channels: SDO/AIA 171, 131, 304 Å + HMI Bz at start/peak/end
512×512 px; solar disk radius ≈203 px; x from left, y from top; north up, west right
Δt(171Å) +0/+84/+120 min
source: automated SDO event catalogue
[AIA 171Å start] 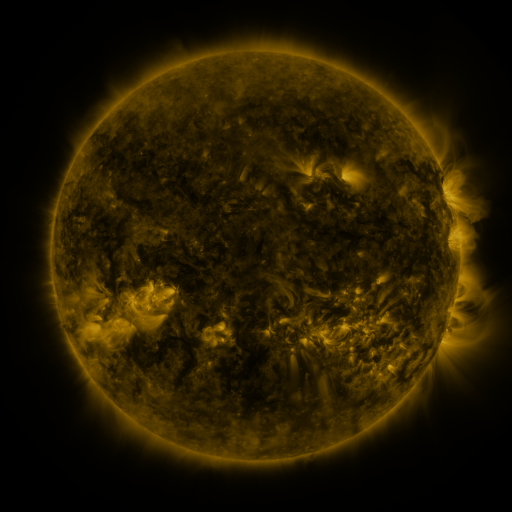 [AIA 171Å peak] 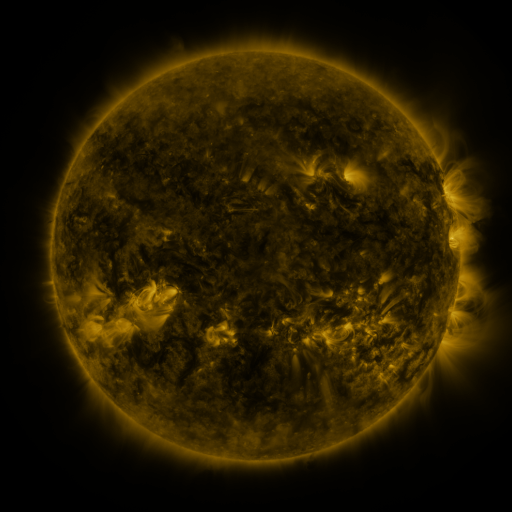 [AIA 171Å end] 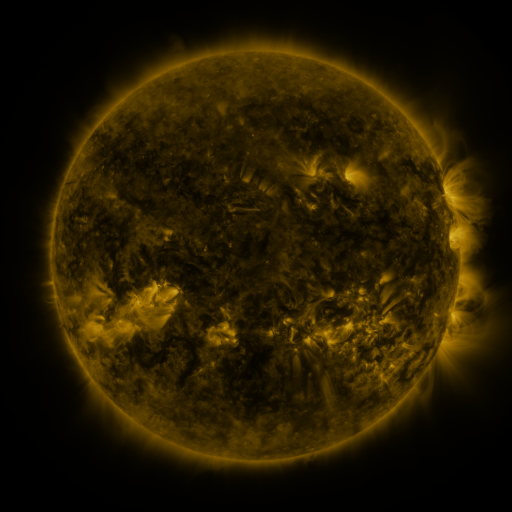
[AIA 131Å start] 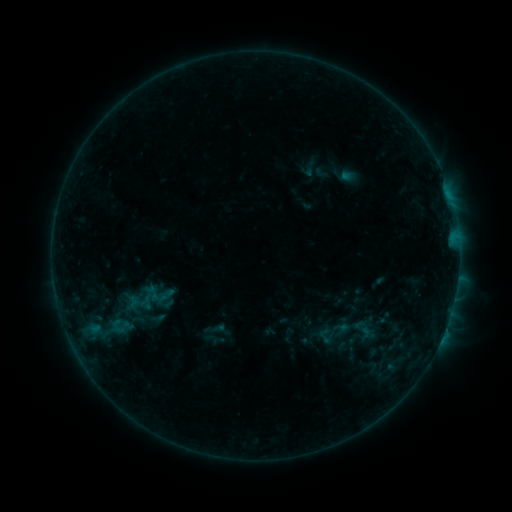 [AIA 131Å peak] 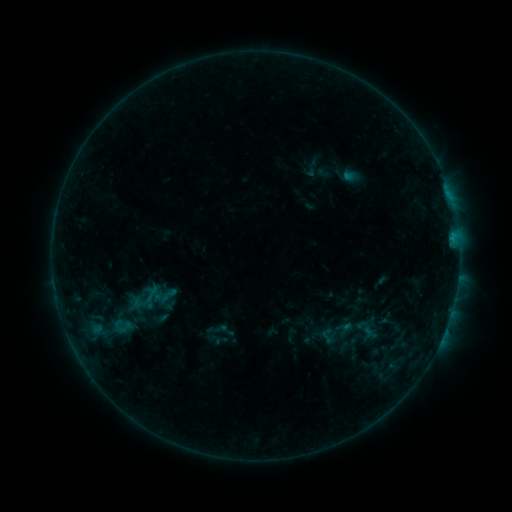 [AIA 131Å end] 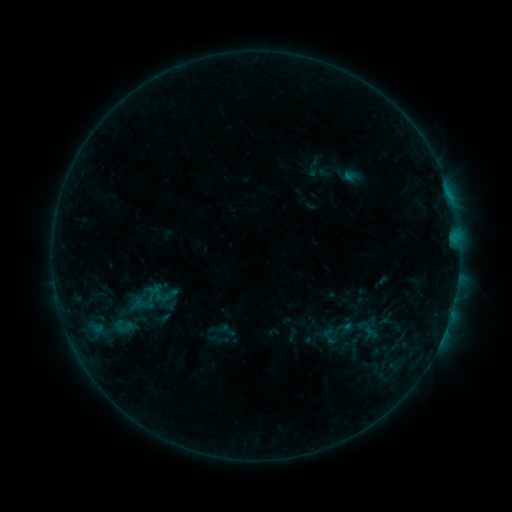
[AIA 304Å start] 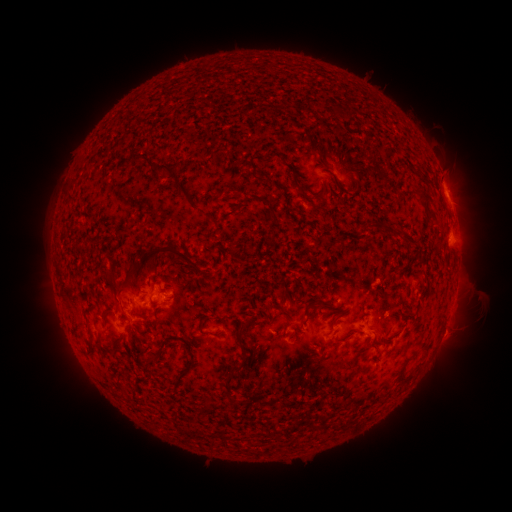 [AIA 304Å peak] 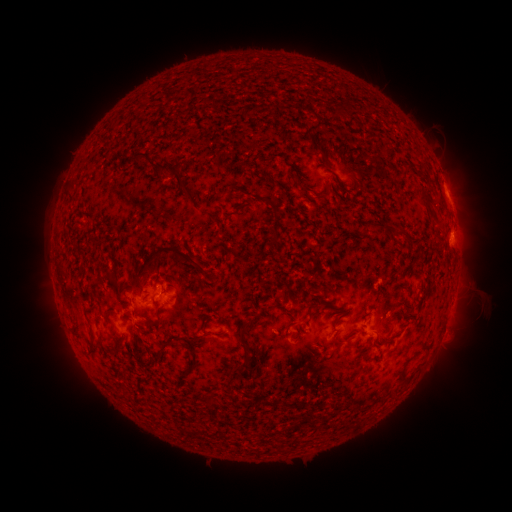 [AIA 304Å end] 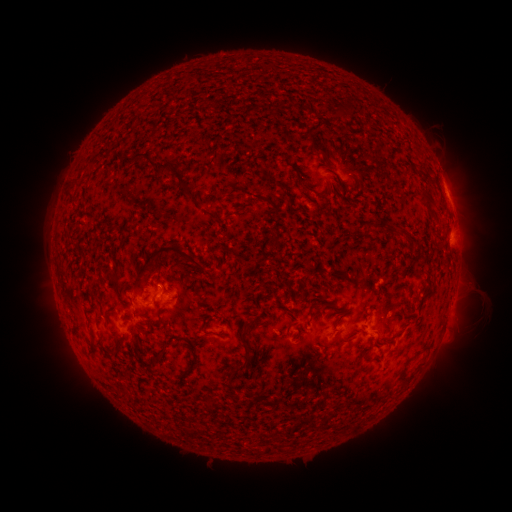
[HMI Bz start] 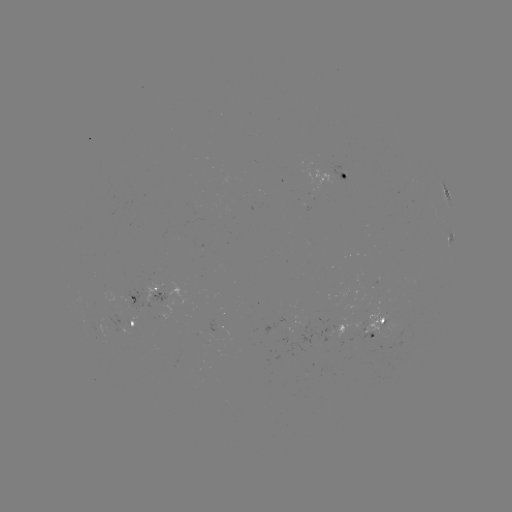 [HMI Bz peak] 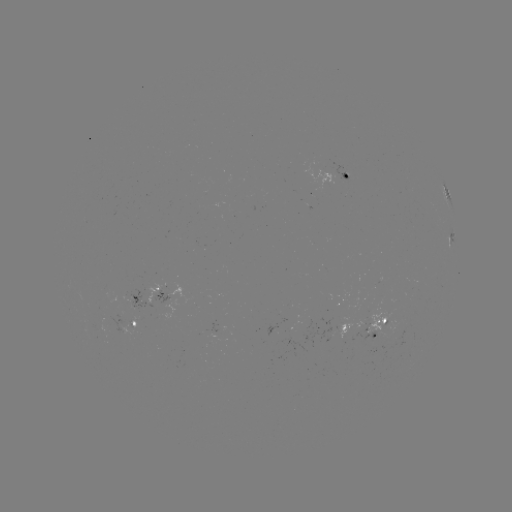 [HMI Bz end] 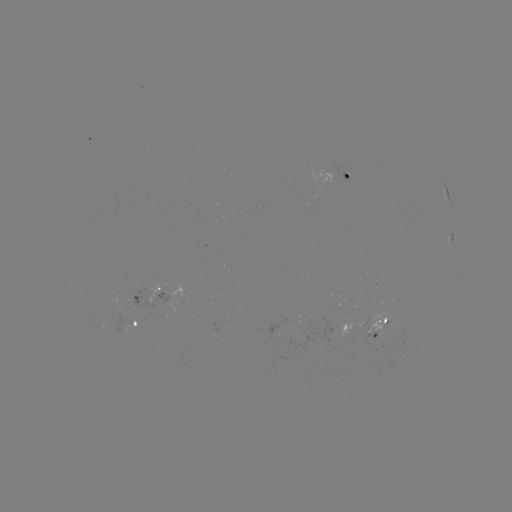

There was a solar emerging-flux region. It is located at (131, 326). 